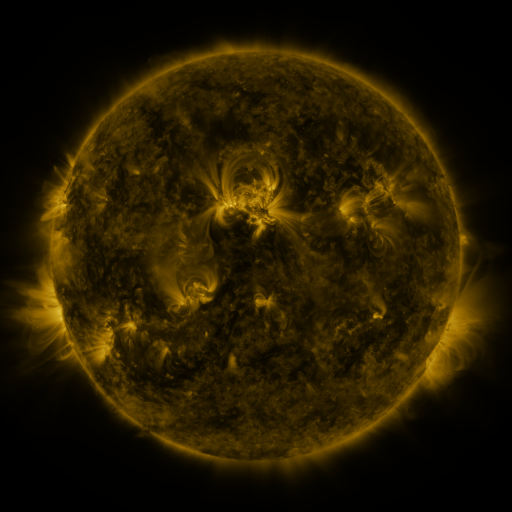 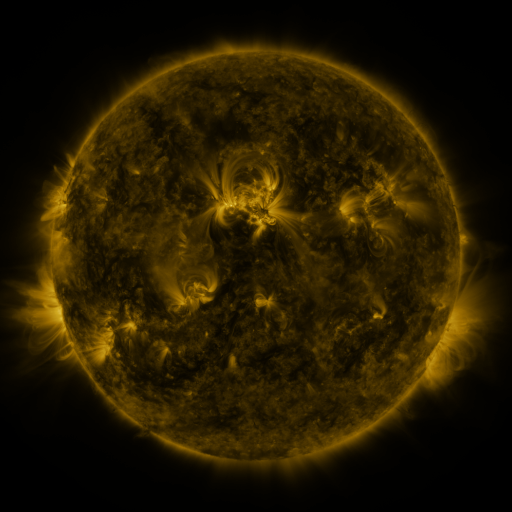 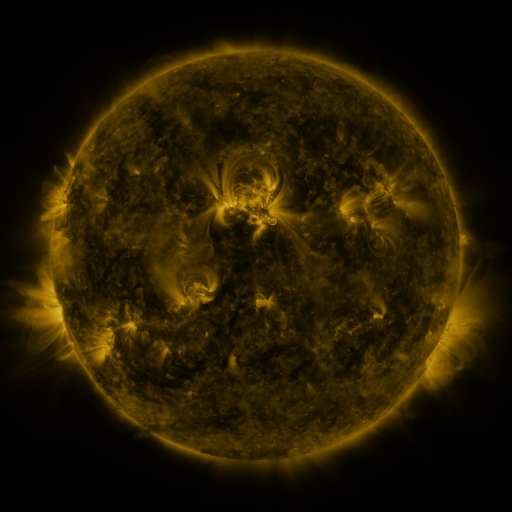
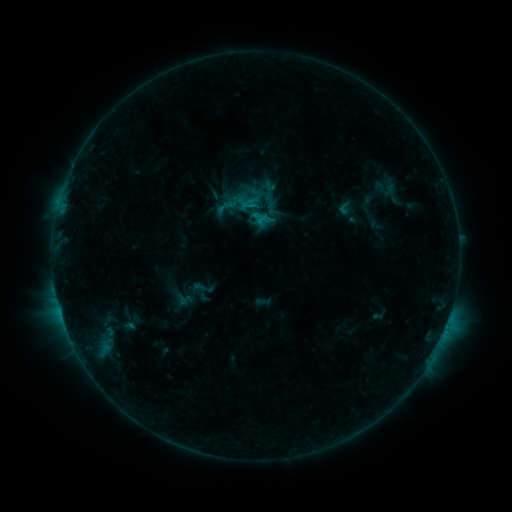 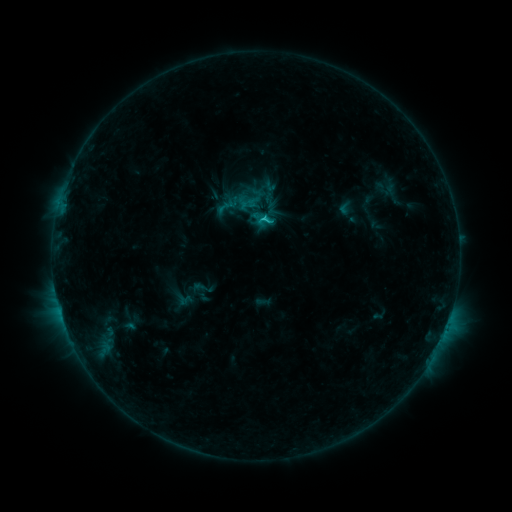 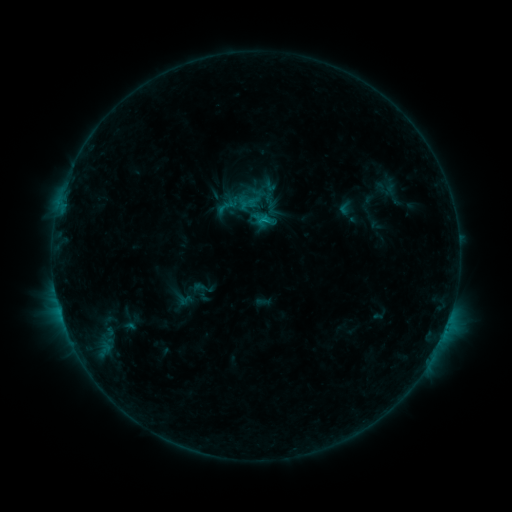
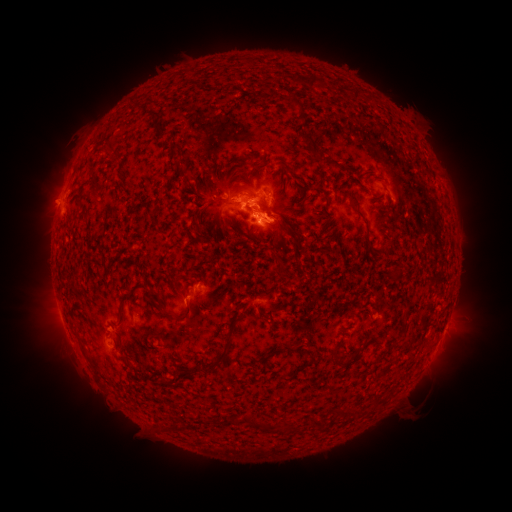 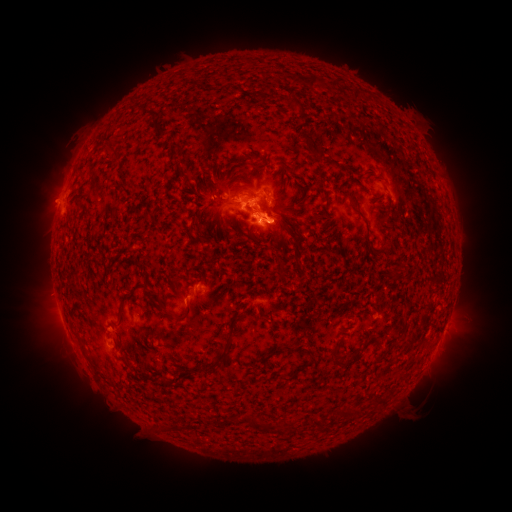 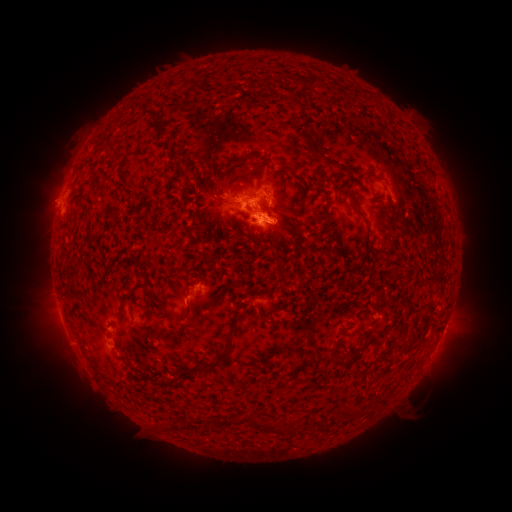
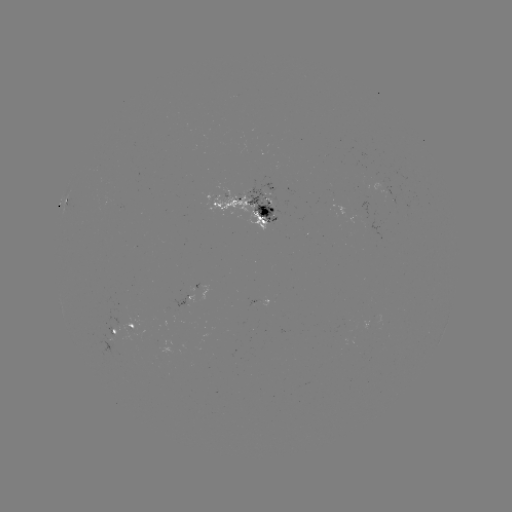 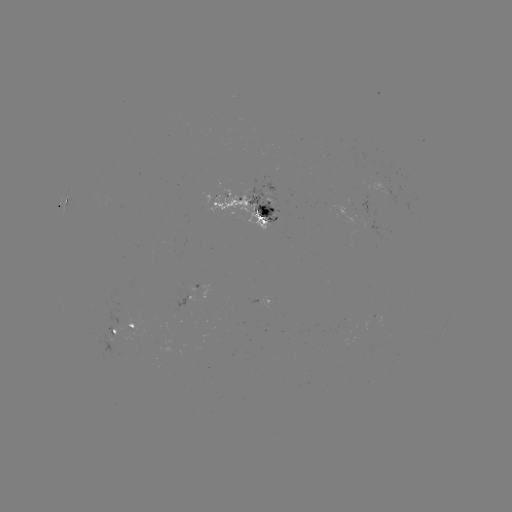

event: flare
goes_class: C1.3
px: (266, 223)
